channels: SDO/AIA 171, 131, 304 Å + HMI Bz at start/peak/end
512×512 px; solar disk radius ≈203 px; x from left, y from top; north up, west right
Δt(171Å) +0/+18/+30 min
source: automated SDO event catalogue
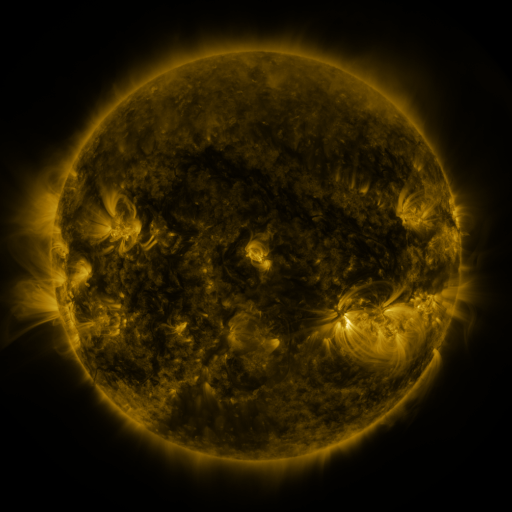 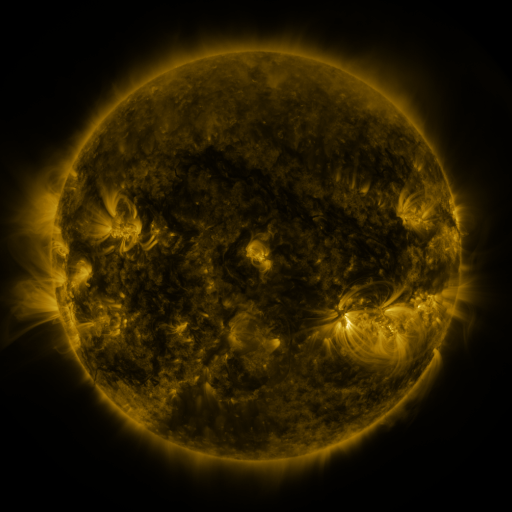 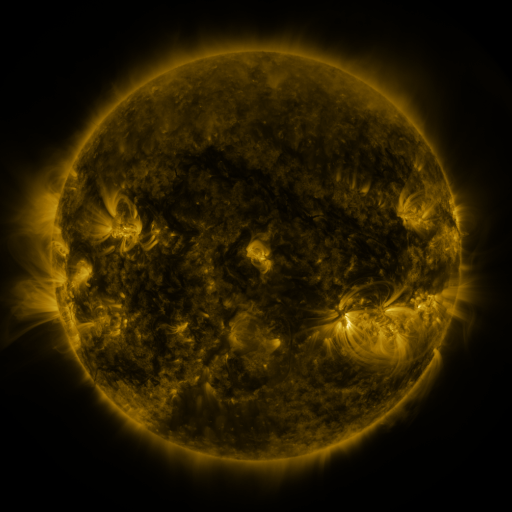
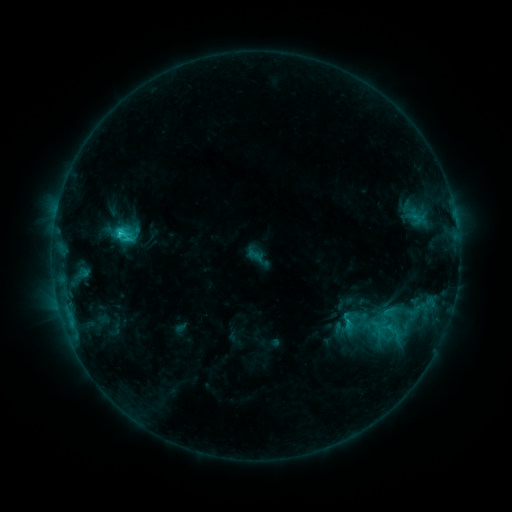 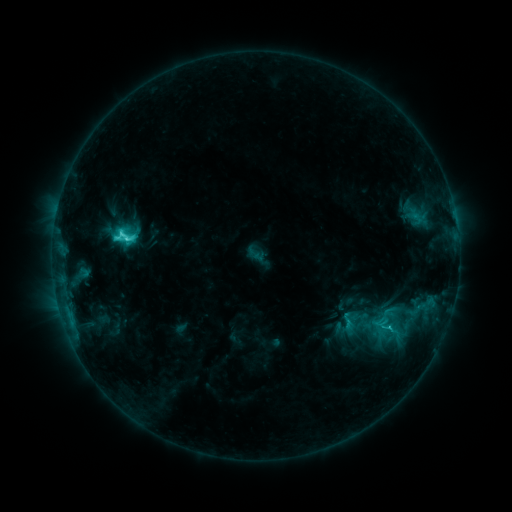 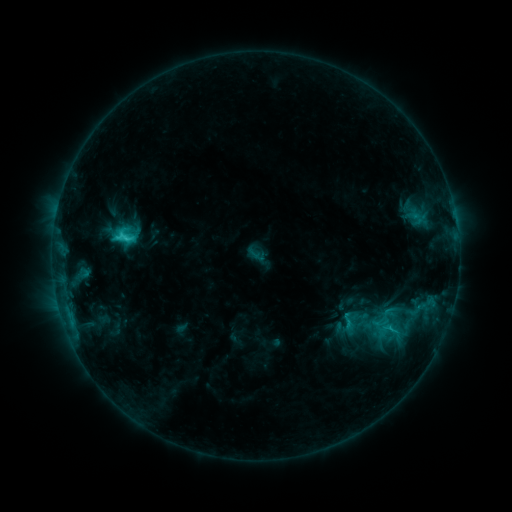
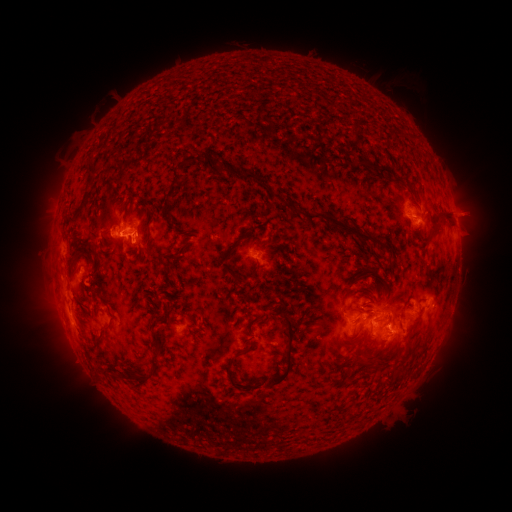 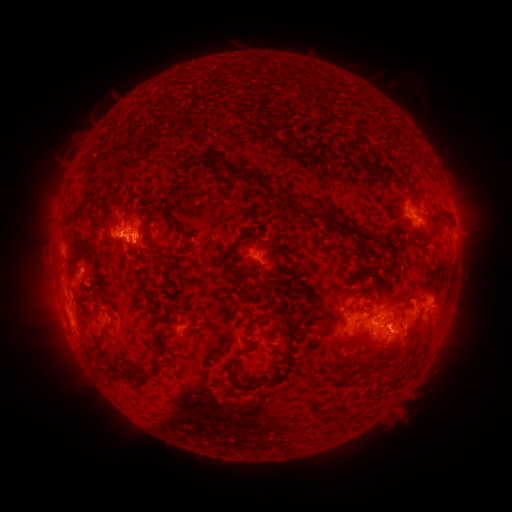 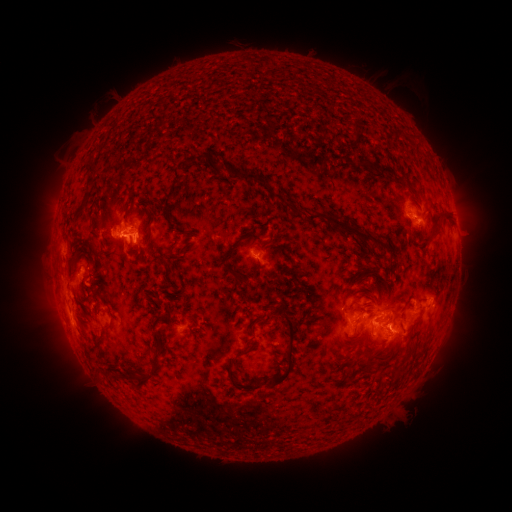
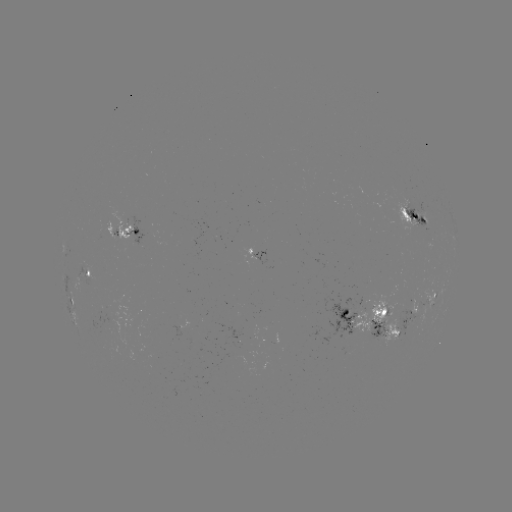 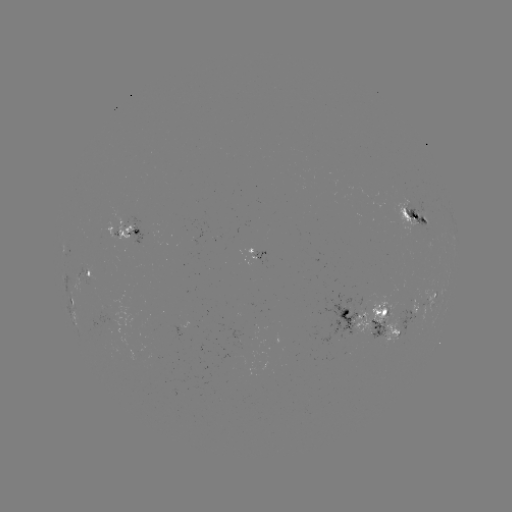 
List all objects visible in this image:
C5.4 flare: (123, 227)
